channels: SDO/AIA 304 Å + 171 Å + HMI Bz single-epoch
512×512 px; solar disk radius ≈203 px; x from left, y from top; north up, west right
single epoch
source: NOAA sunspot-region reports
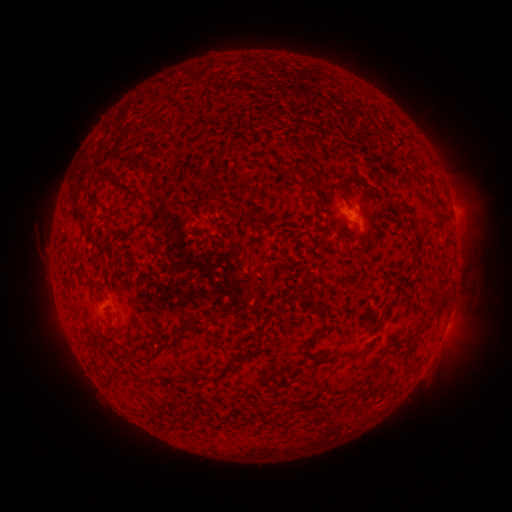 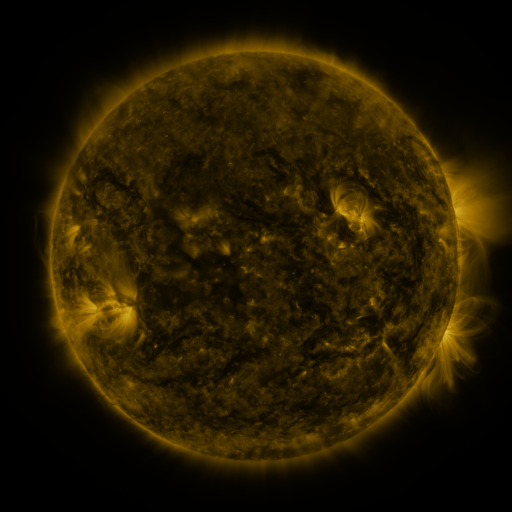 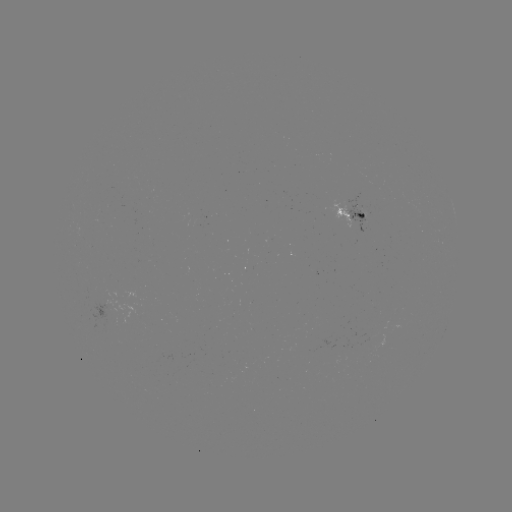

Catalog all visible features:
spotted active region: (453, 206)
spotted active region: (352, 212)
spotted active region: (446, 325)
